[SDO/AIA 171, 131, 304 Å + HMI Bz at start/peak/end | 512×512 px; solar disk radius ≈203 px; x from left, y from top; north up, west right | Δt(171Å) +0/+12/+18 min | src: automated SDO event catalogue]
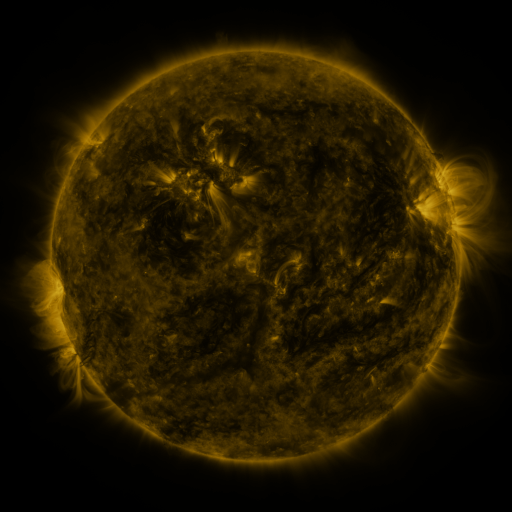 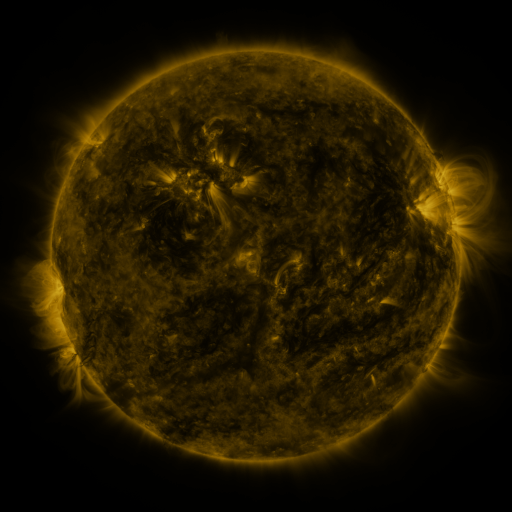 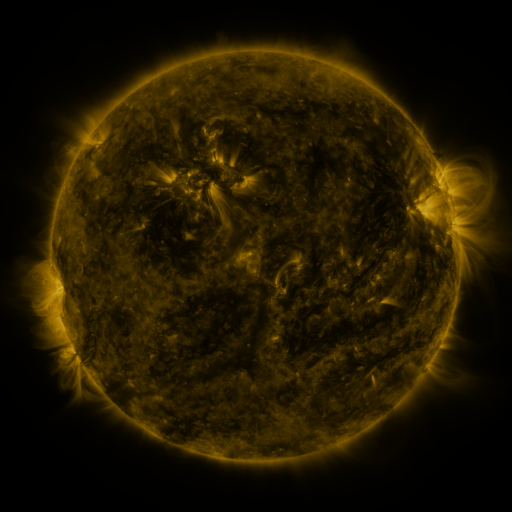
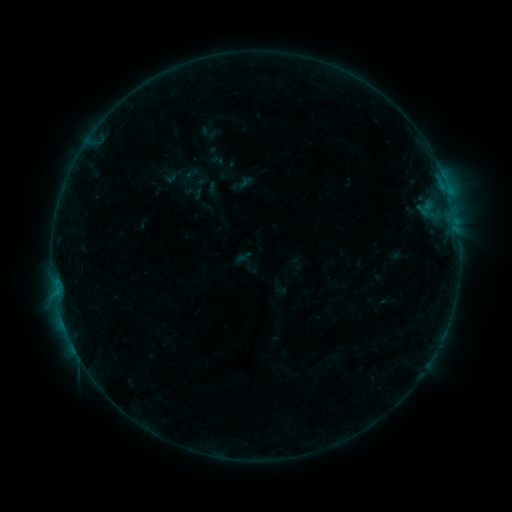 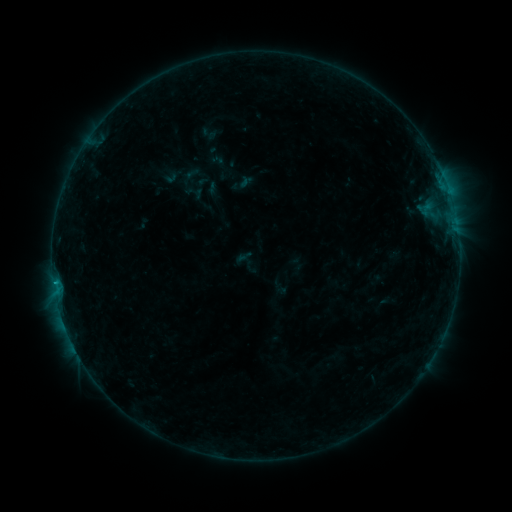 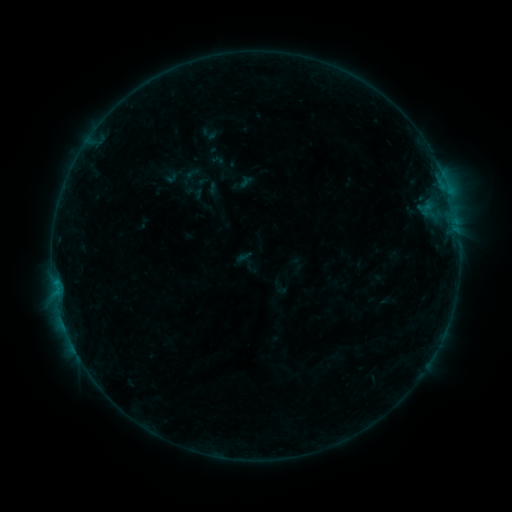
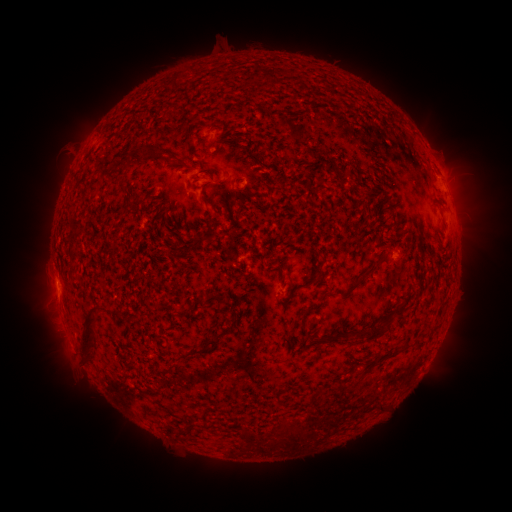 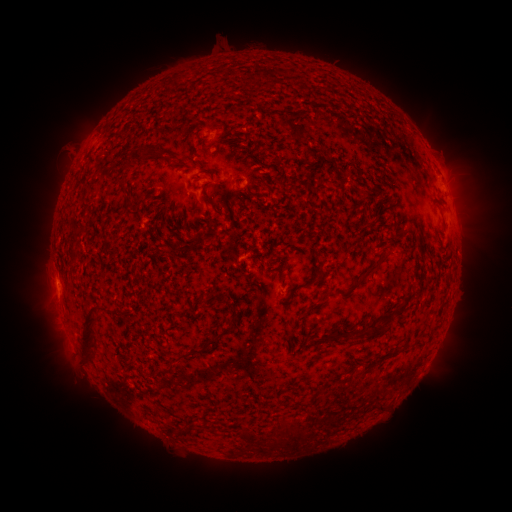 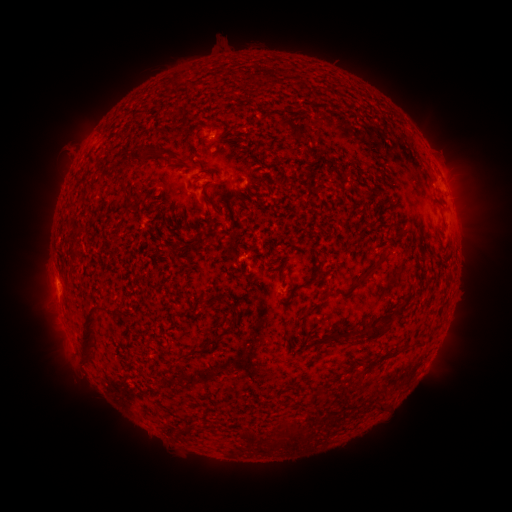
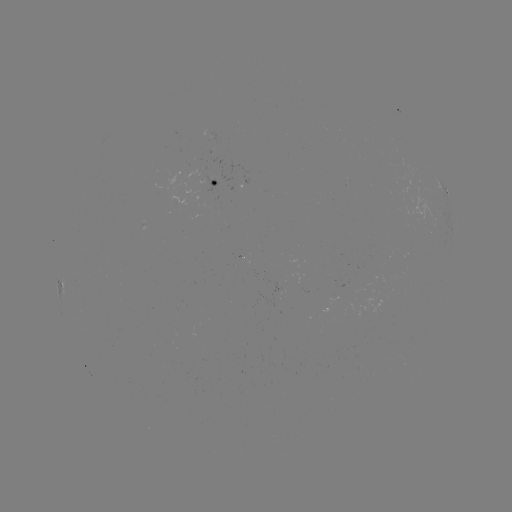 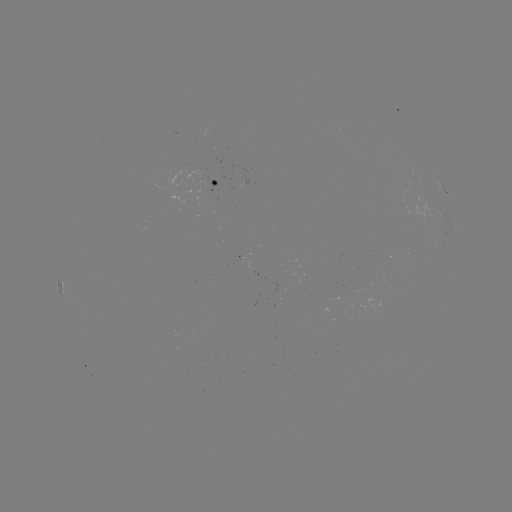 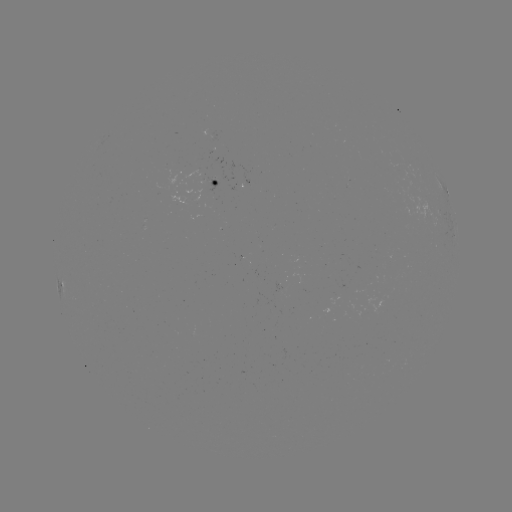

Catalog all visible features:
B4.0 flare: (55, 281)
